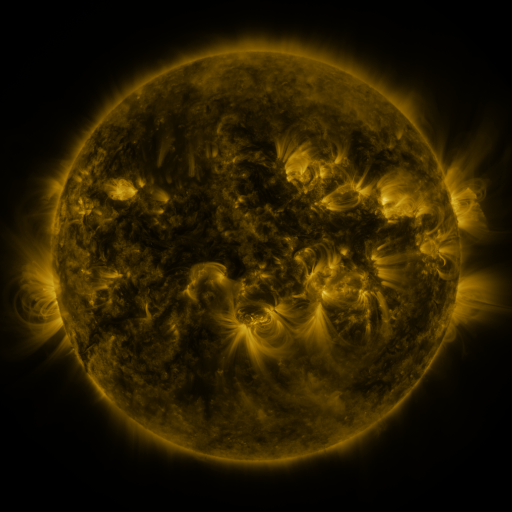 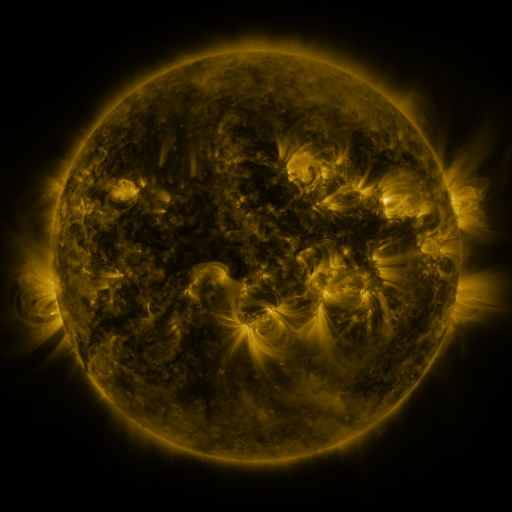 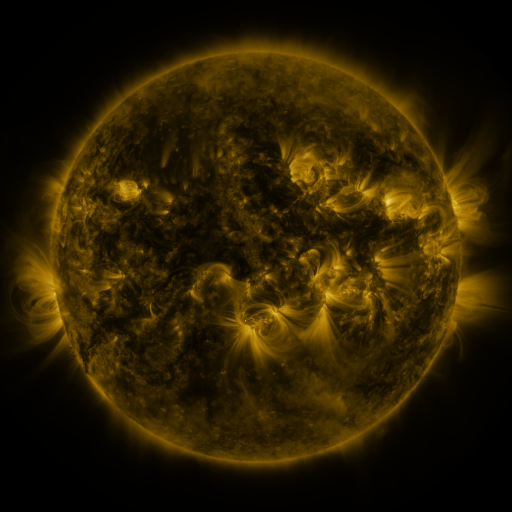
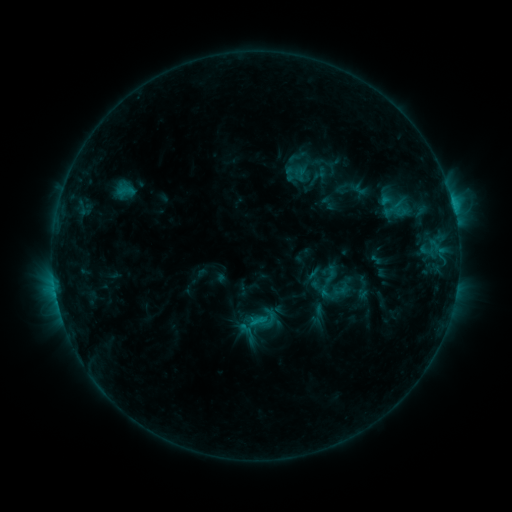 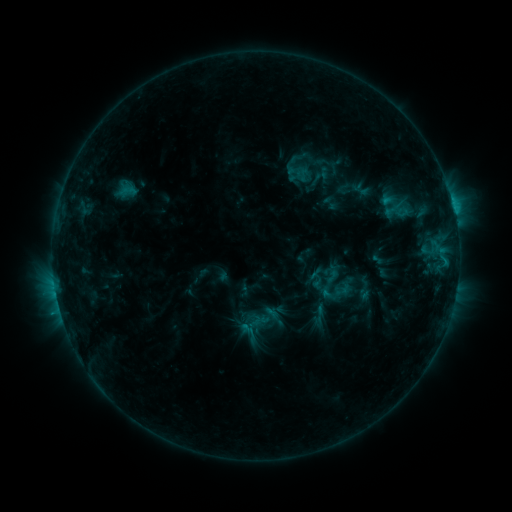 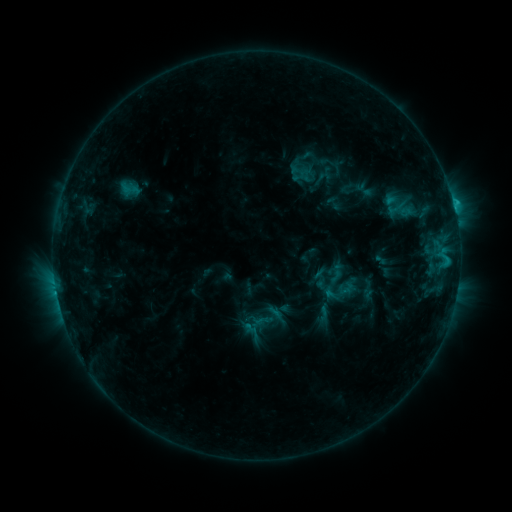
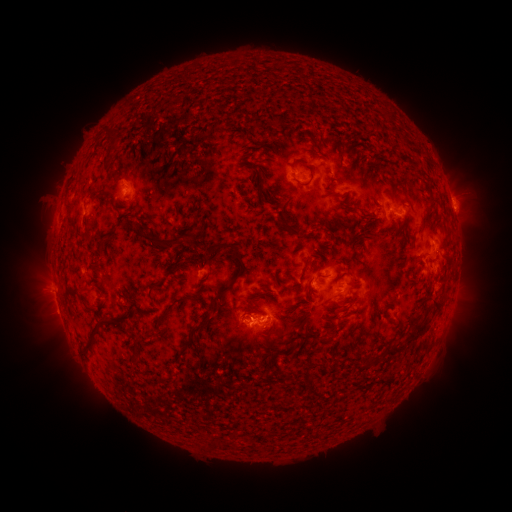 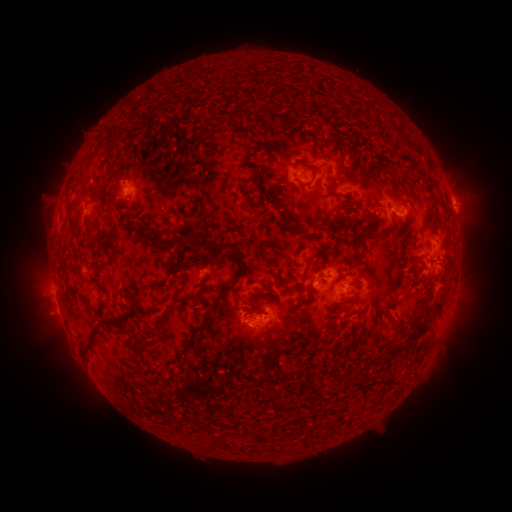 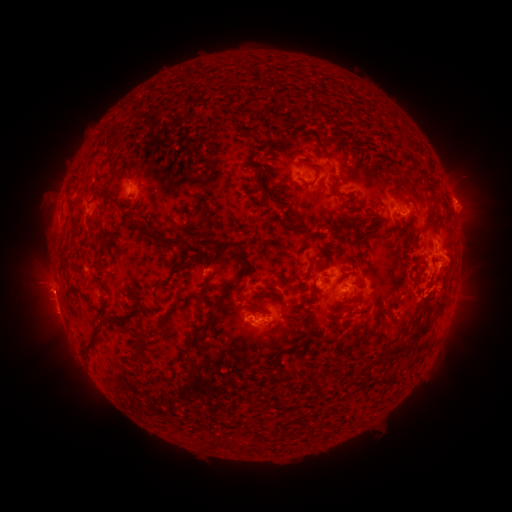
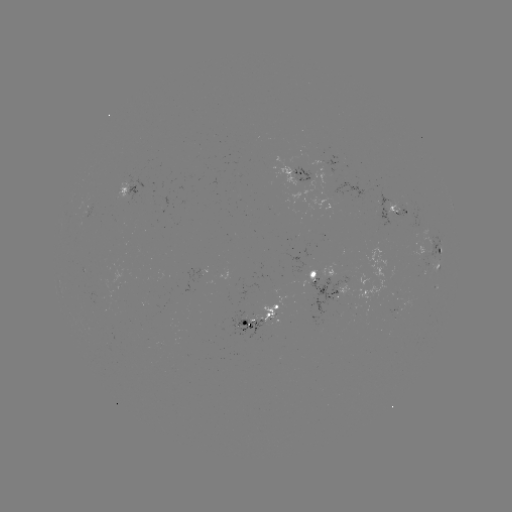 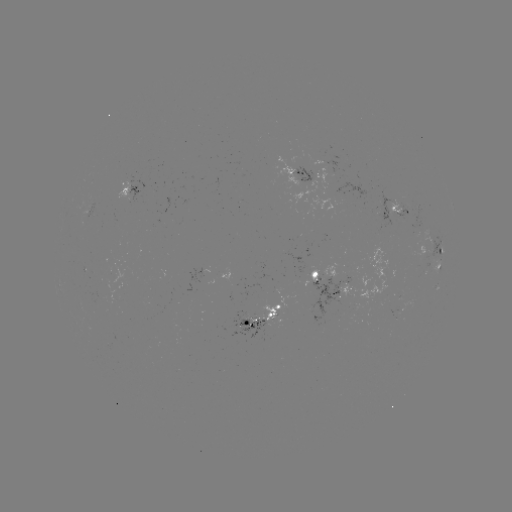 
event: emerging-flux region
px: (401, 208)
